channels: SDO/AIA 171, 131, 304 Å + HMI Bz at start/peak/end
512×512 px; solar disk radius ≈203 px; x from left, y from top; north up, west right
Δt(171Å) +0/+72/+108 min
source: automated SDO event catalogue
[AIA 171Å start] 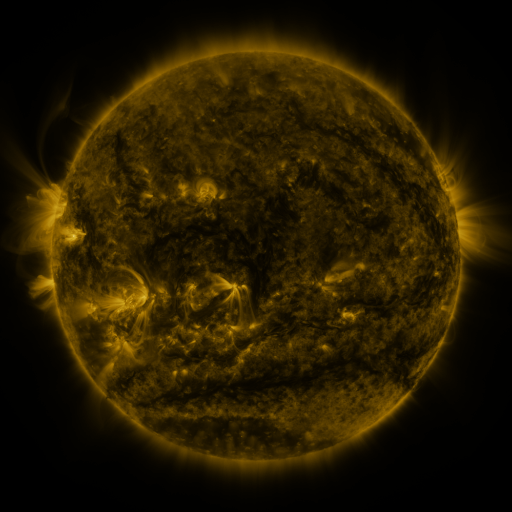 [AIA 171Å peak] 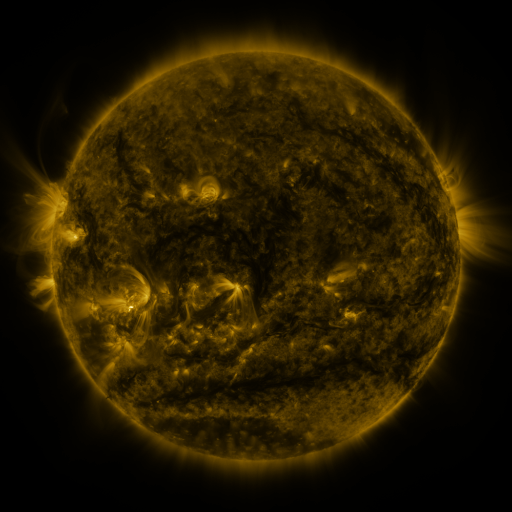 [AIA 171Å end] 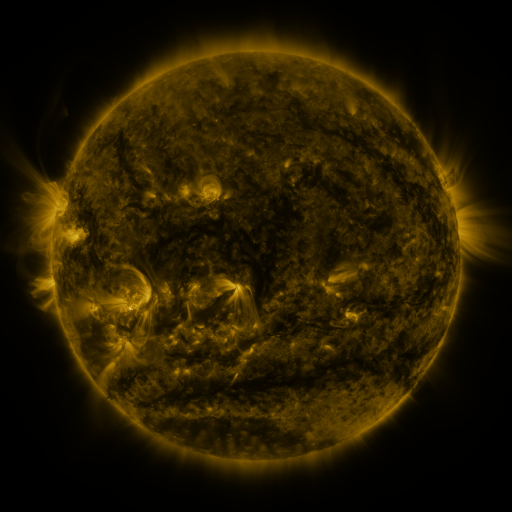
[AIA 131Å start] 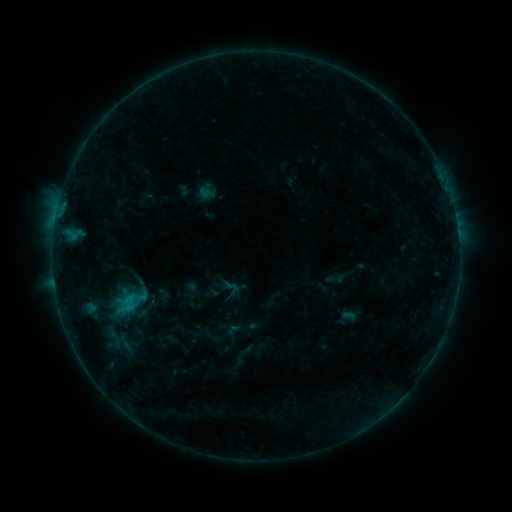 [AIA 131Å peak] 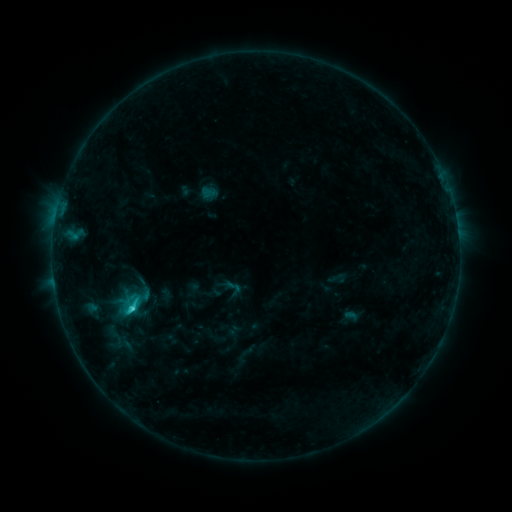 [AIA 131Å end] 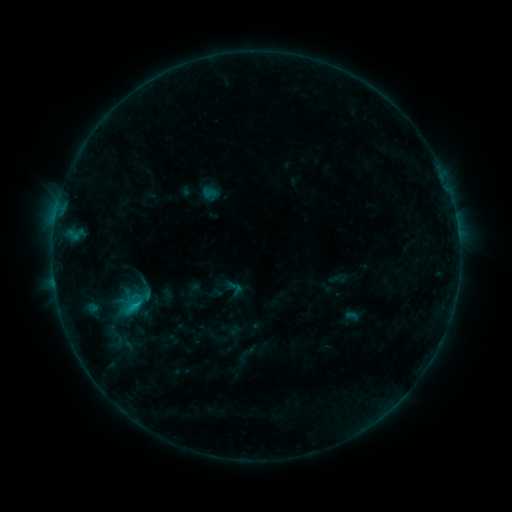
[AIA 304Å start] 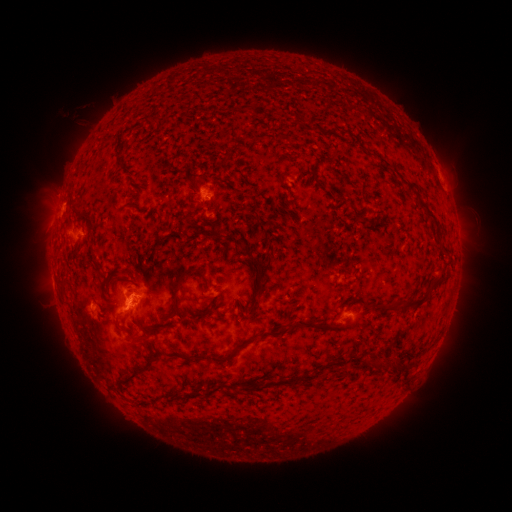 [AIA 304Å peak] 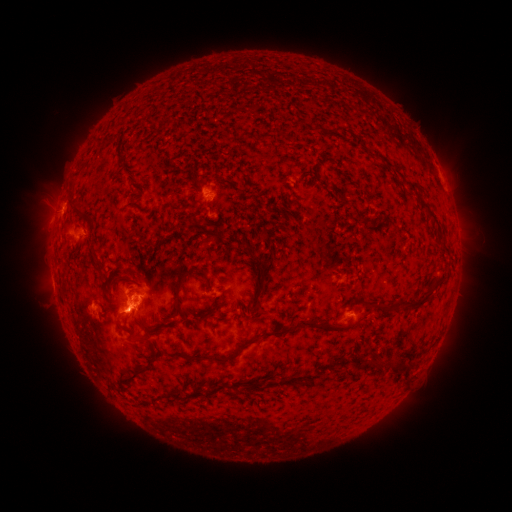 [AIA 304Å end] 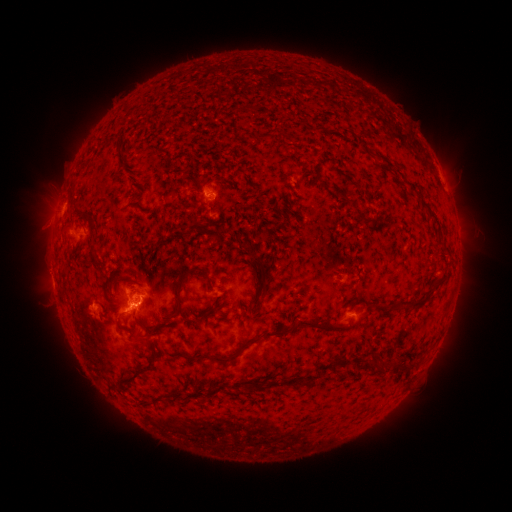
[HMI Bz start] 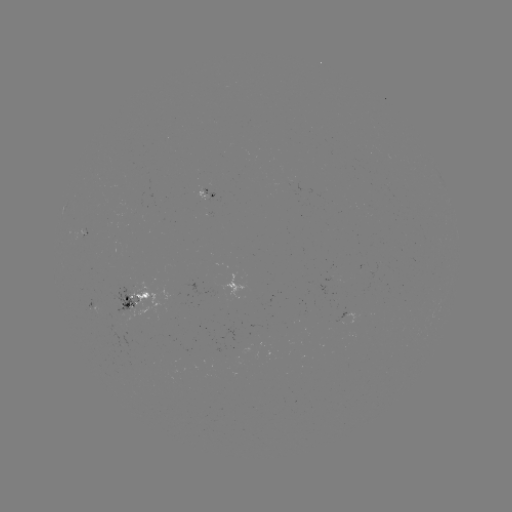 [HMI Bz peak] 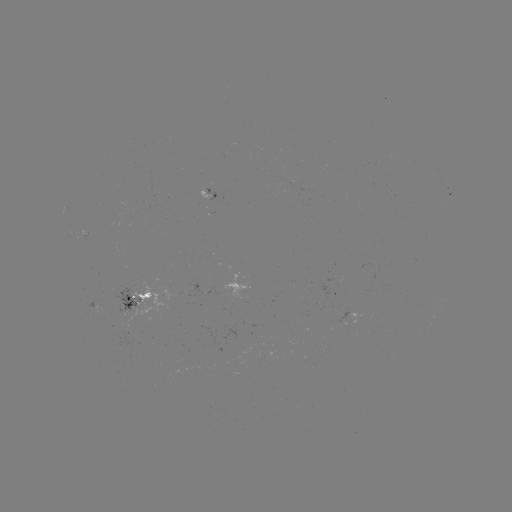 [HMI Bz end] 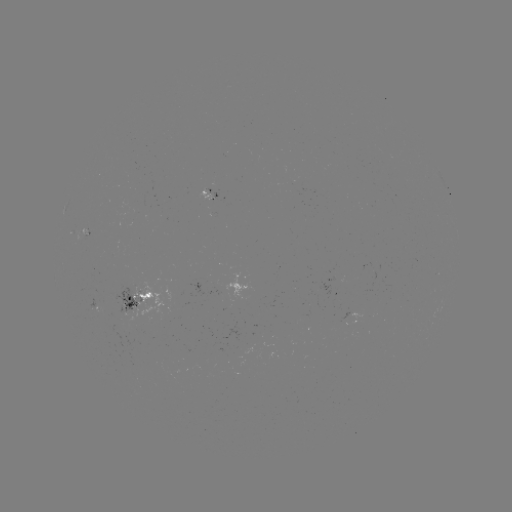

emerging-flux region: (214, 346, 250, 364)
